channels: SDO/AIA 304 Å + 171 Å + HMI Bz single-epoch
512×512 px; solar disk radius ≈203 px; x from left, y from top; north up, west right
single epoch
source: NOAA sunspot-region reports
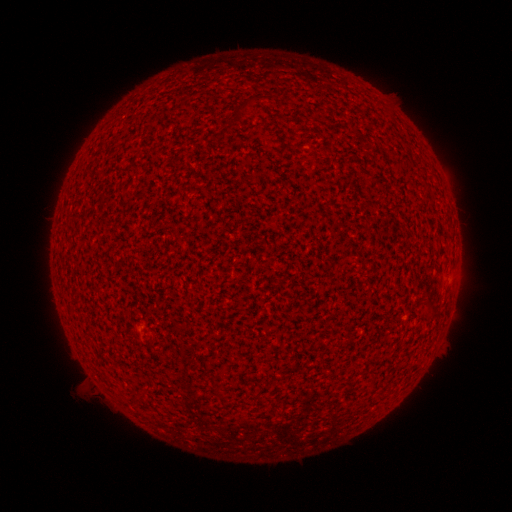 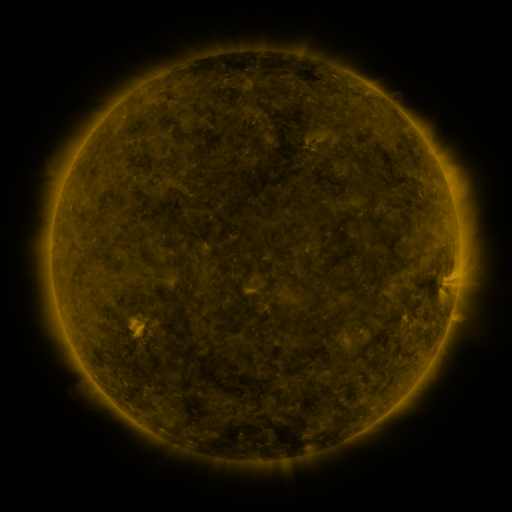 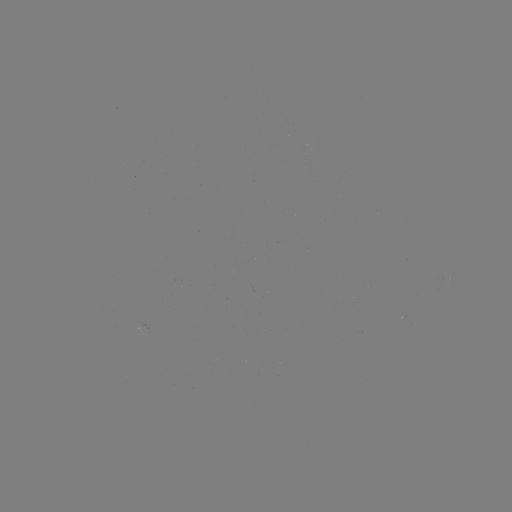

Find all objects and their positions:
(none)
